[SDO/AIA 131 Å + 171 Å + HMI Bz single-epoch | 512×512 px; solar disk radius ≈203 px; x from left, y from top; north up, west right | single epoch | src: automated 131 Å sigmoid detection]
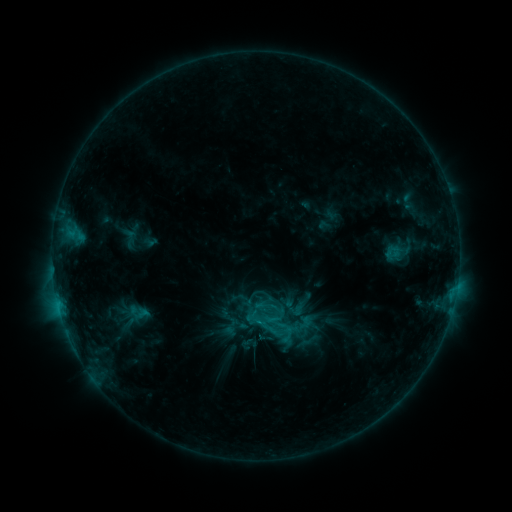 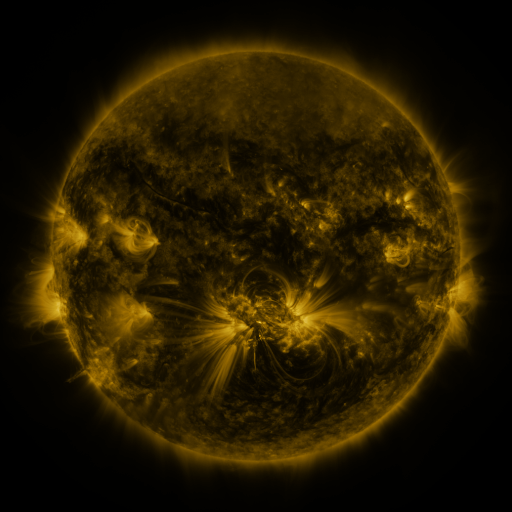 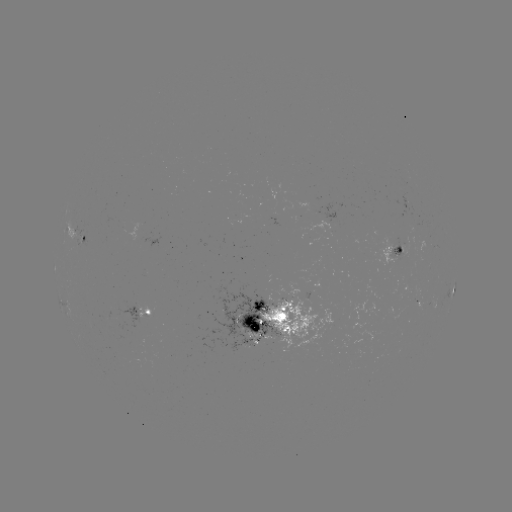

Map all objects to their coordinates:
sigmoid: (218, 314, 243, 338)
